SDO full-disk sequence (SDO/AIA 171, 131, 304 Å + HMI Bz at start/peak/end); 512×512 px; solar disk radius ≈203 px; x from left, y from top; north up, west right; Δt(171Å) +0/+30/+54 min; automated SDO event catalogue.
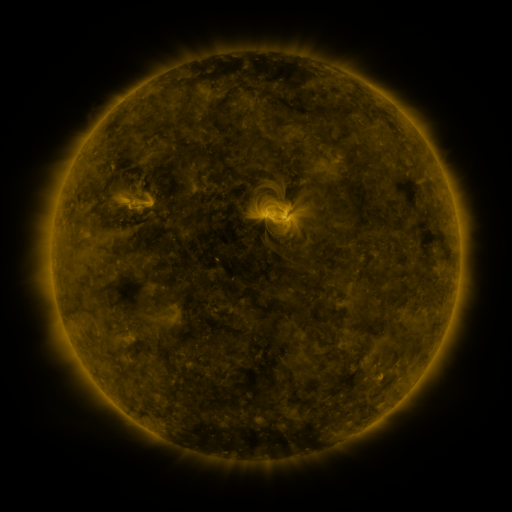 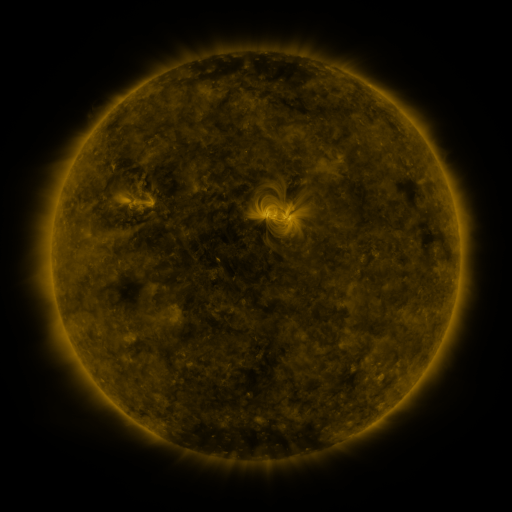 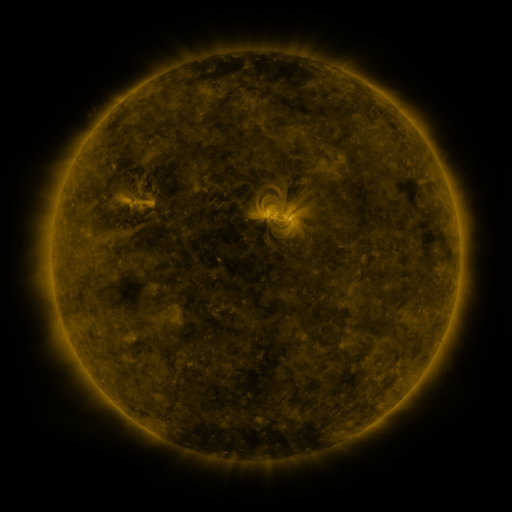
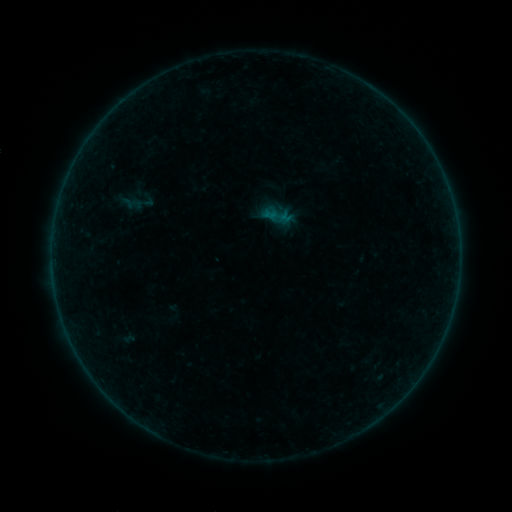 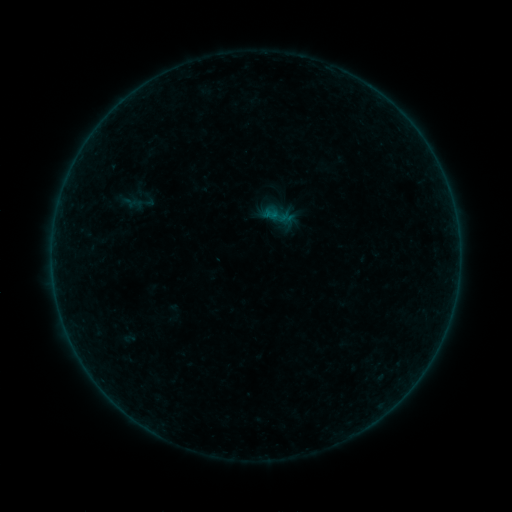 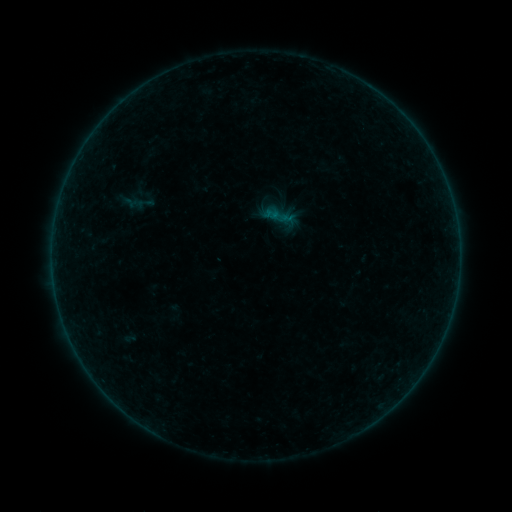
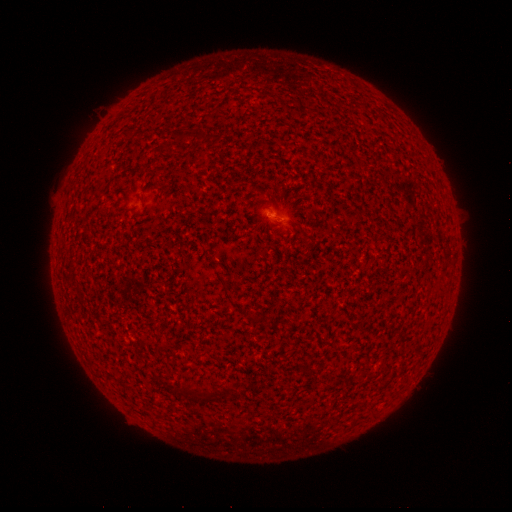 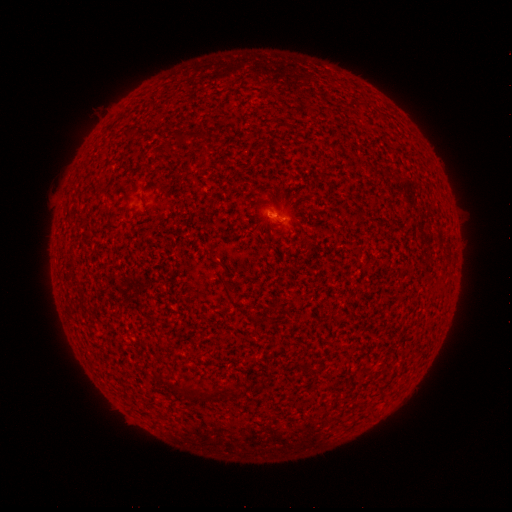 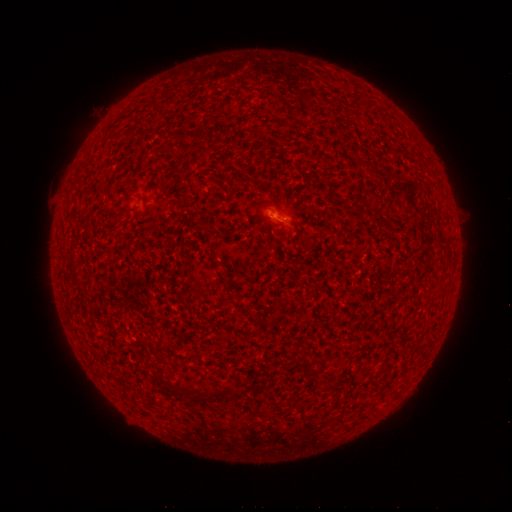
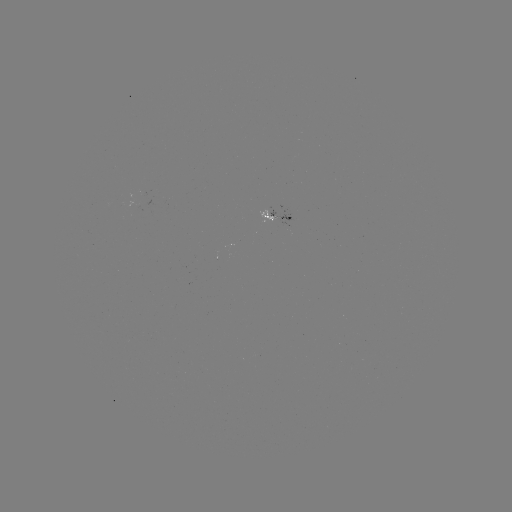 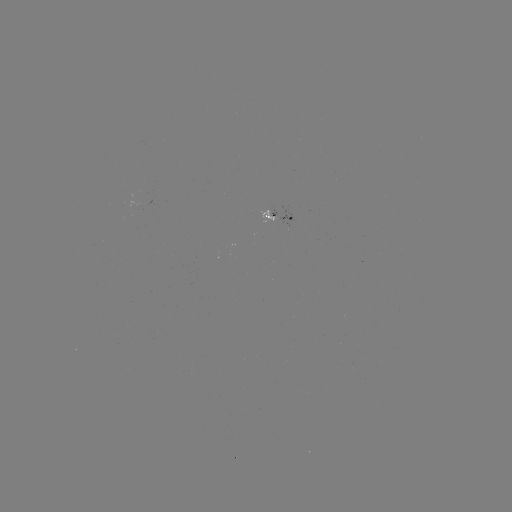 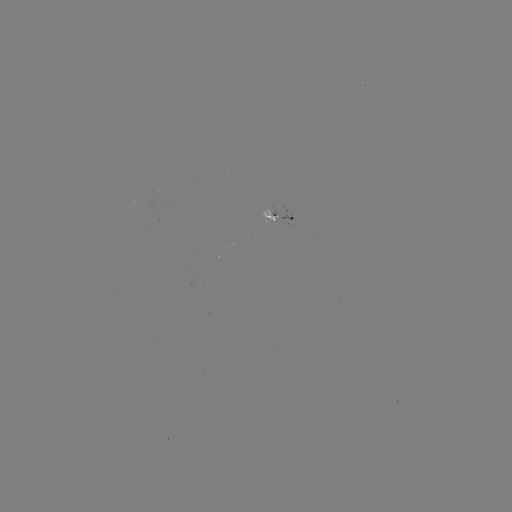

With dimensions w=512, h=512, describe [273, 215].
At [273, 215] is A5.7 flare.